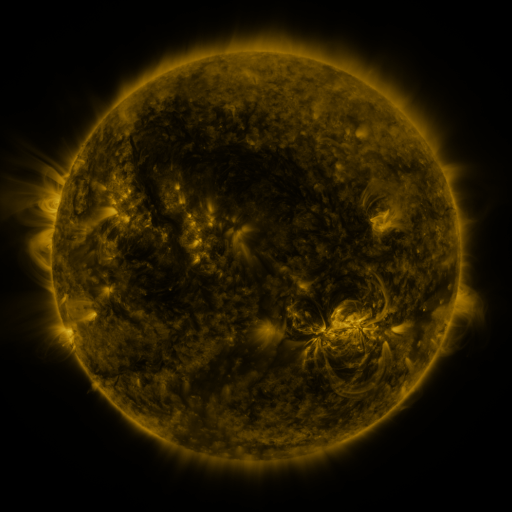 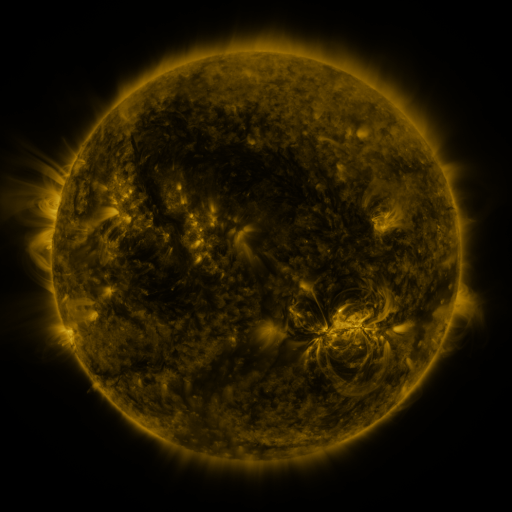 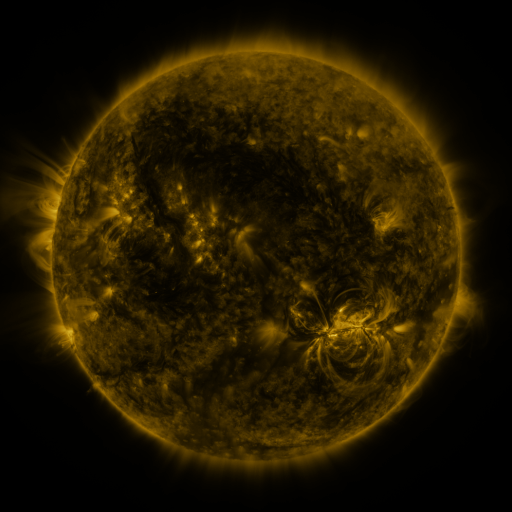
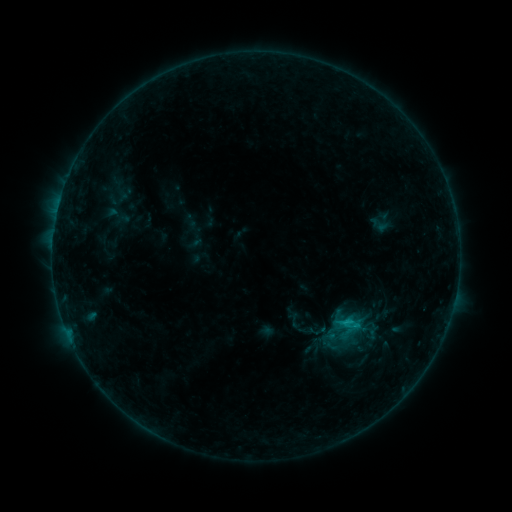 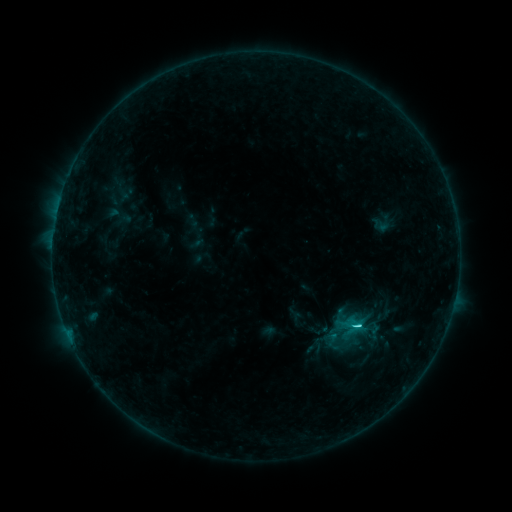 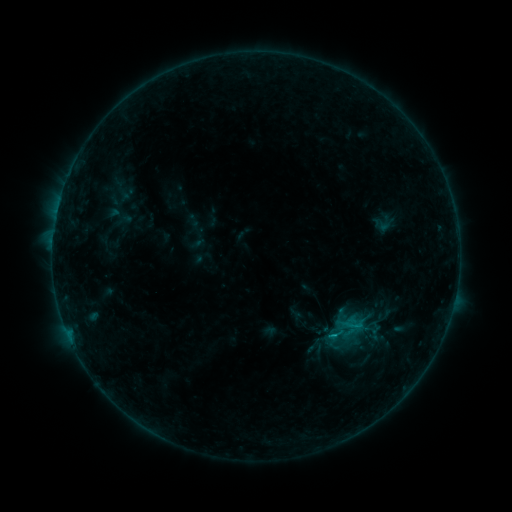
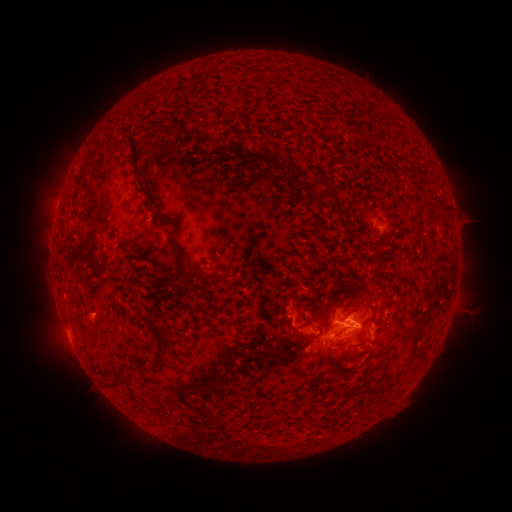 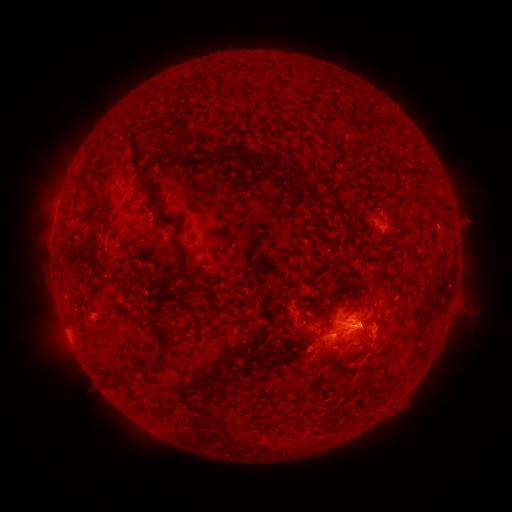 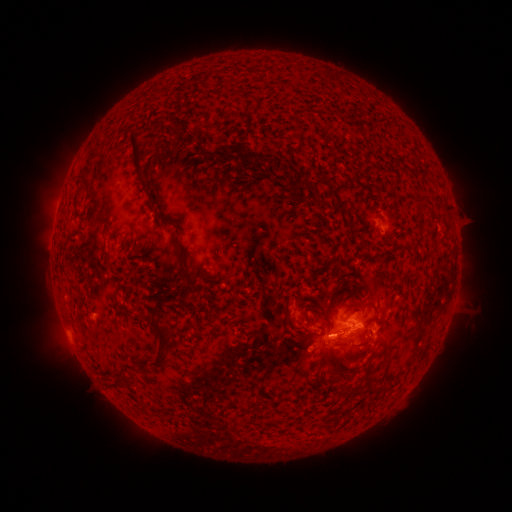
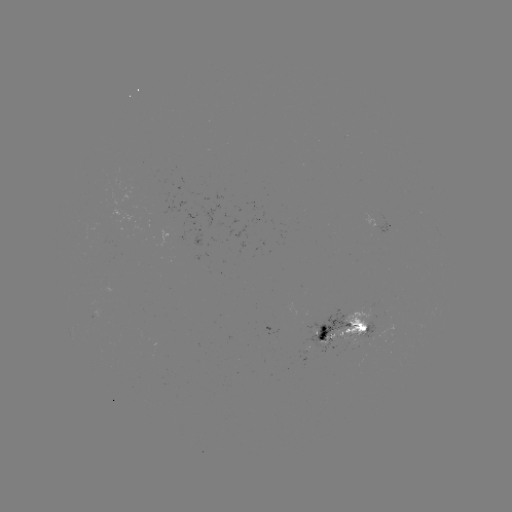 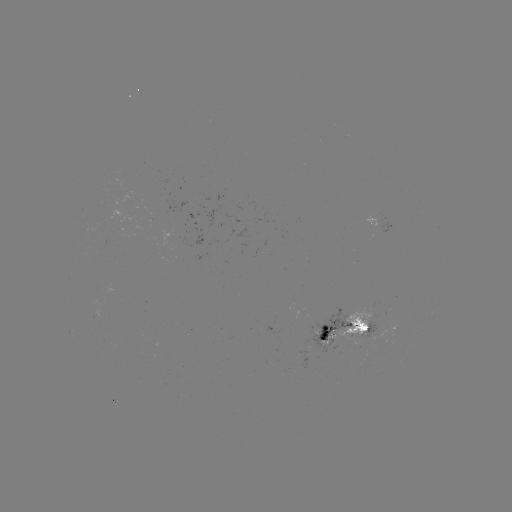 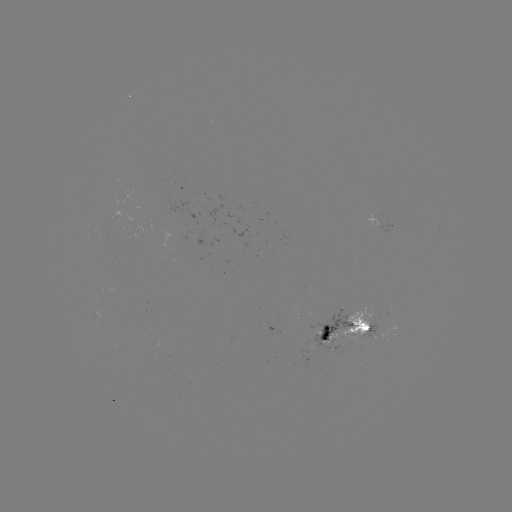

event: emerging-flux region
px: (355, 330)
